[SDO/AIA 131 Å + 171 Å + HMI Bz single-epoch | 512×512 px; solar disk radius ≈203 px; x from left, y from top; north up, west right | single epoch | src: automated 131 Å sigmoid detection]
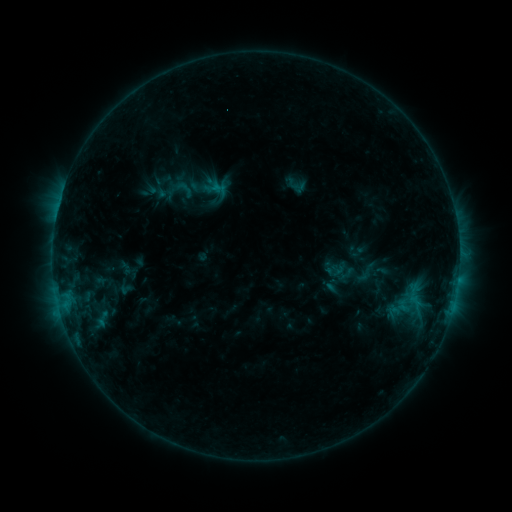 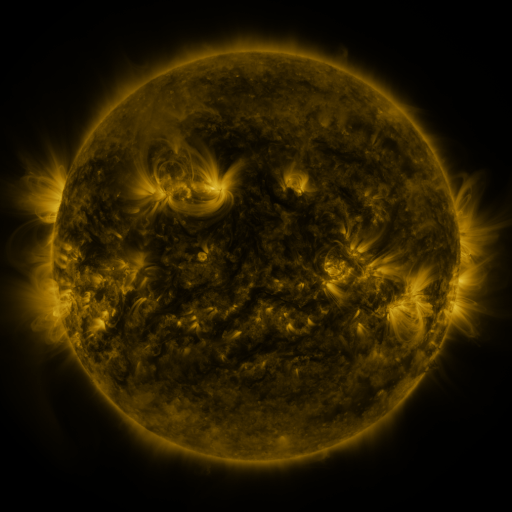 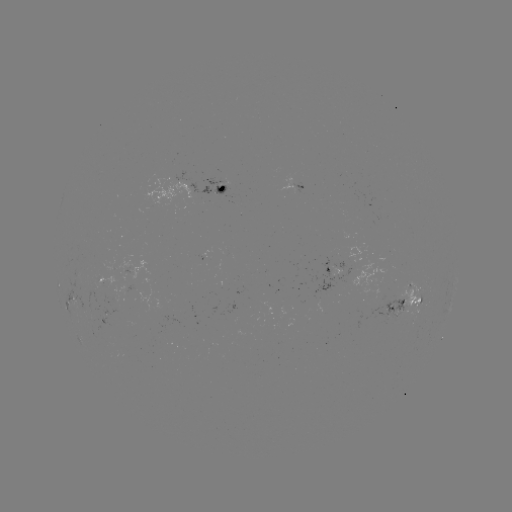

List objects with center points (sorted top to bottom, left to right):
sigmoid: <bbox>173, 178, 195, 200</bbox>
sigmoid: <bbox>351, 257, 379, 288</bbox>
